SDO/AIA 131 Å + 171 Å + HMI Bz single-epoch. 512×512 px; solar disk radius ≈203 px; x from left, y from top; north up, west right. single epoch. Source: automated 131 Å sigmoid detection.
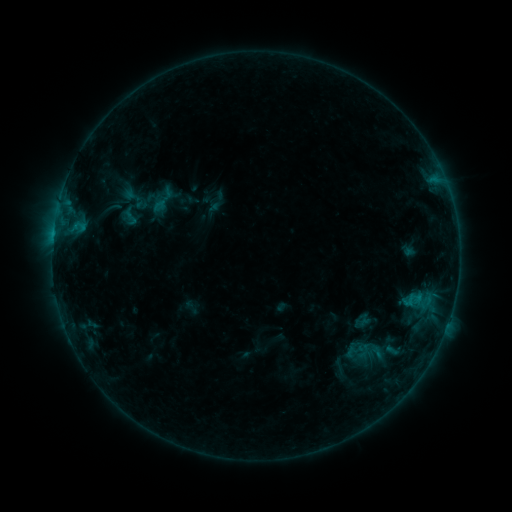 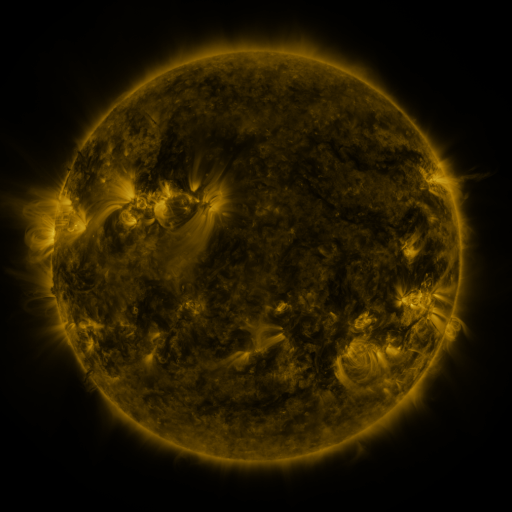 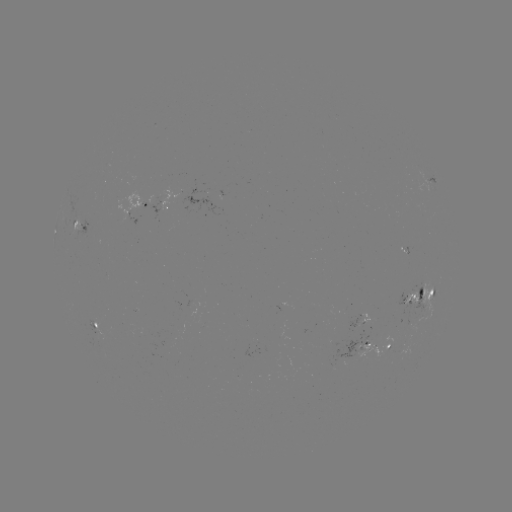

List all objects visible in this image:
sigmoid: (130, 217)
